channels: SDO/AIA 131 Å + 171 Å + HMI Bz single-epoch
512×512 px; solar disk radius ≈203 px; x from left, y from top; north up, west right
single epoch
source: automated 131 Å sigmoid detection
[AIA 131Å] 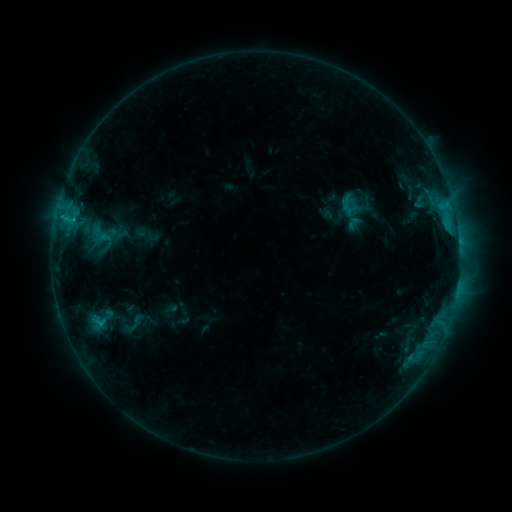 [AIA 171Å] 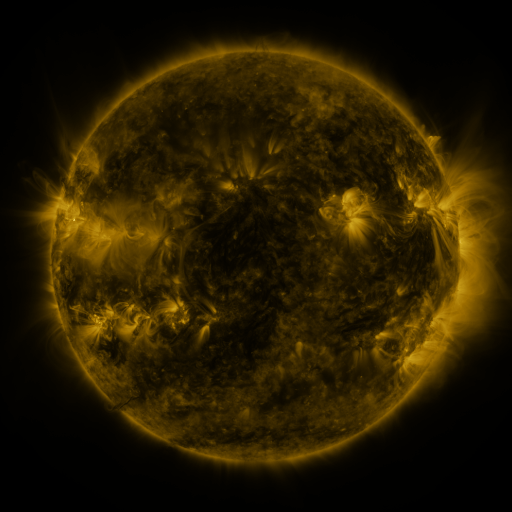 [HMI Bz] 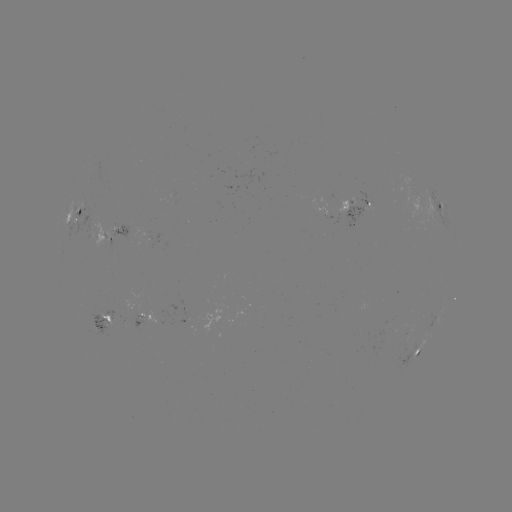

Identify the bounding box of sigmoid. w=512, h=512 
[114, 311, 152, 336].